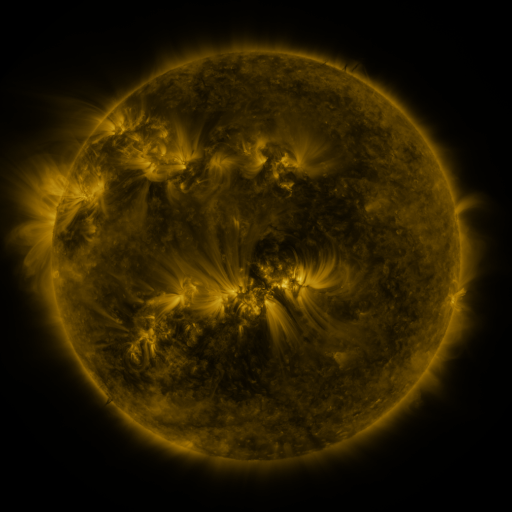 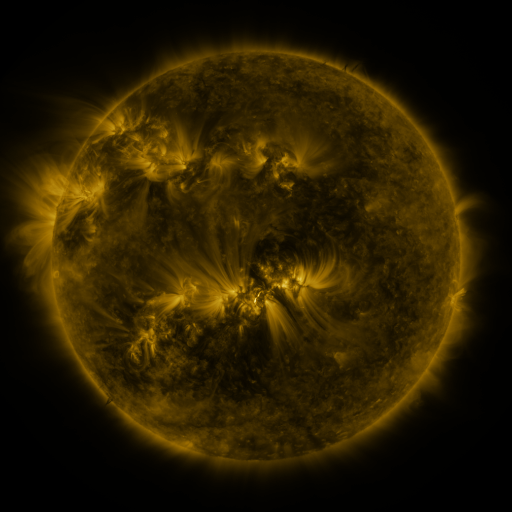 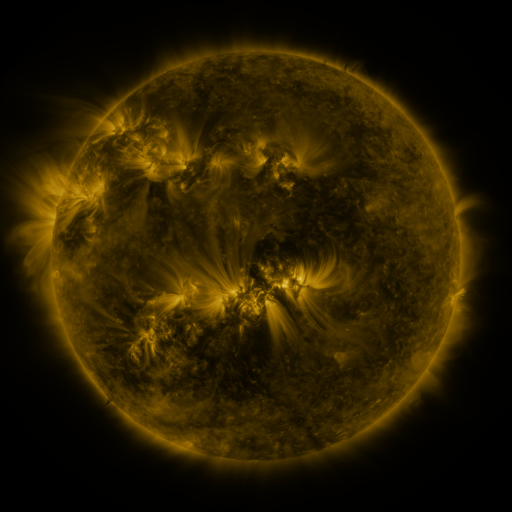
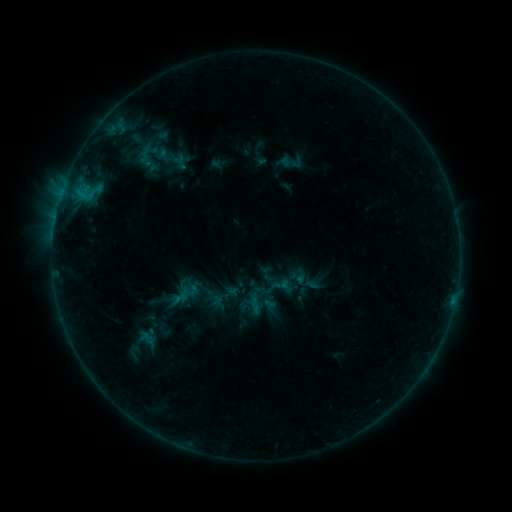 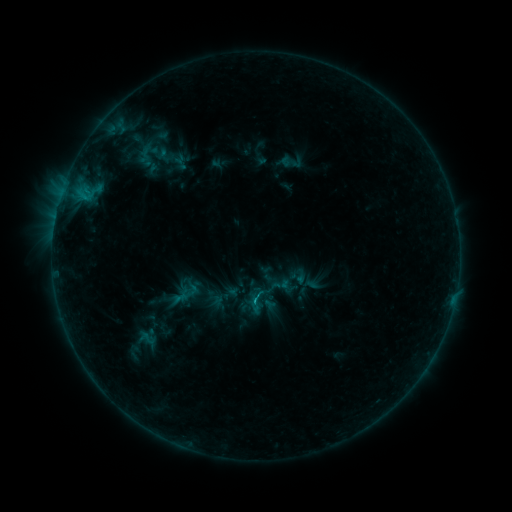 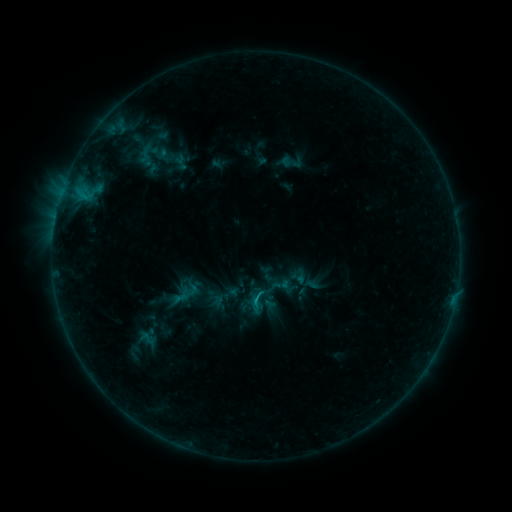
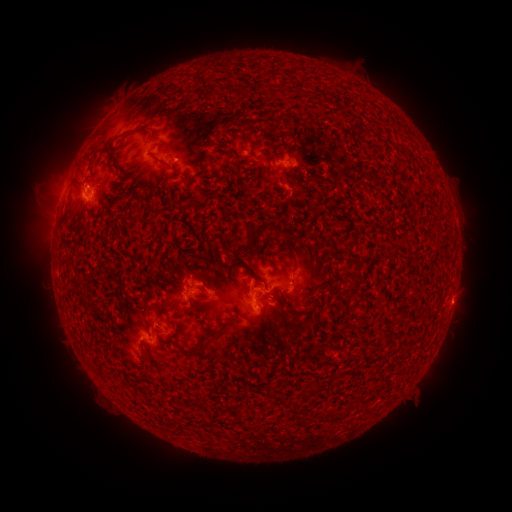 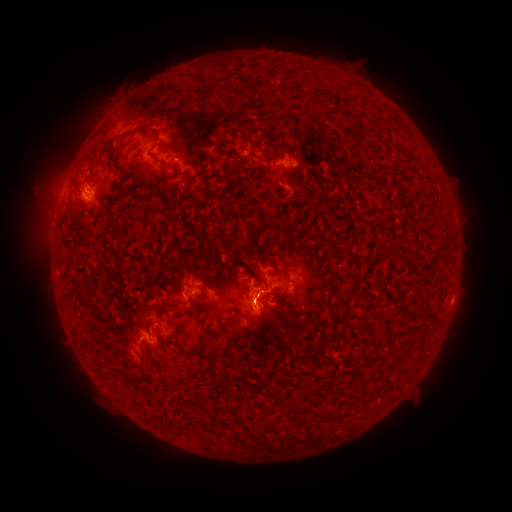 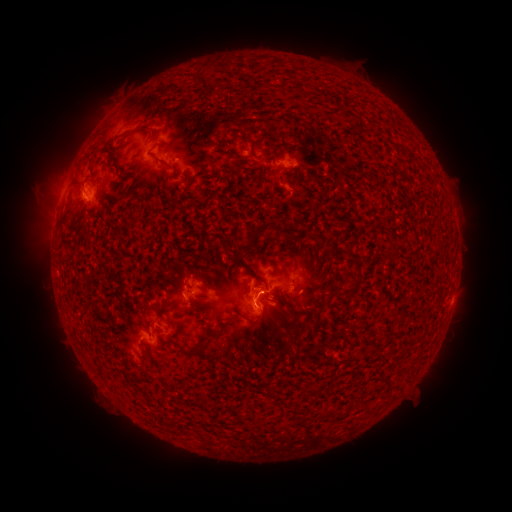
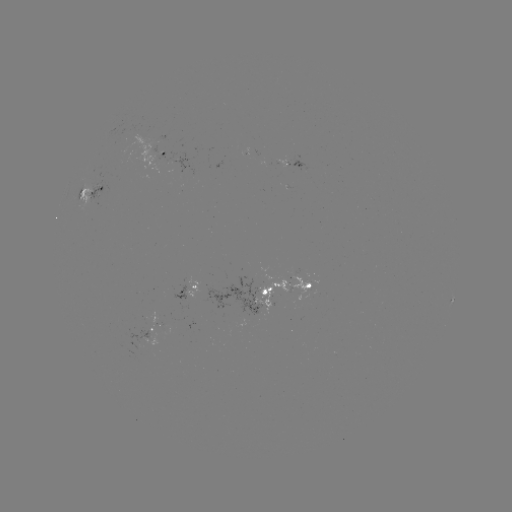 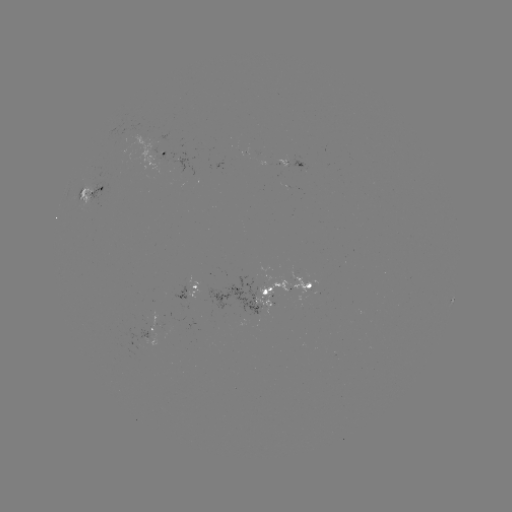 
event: eruption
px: (256, 312)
